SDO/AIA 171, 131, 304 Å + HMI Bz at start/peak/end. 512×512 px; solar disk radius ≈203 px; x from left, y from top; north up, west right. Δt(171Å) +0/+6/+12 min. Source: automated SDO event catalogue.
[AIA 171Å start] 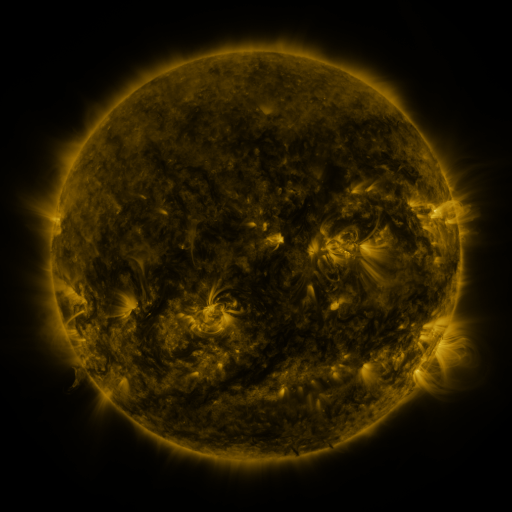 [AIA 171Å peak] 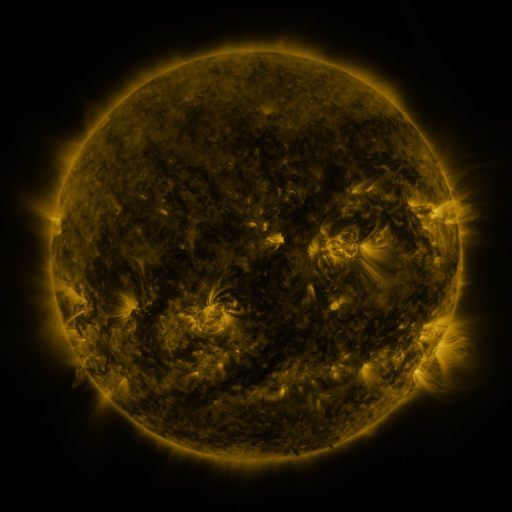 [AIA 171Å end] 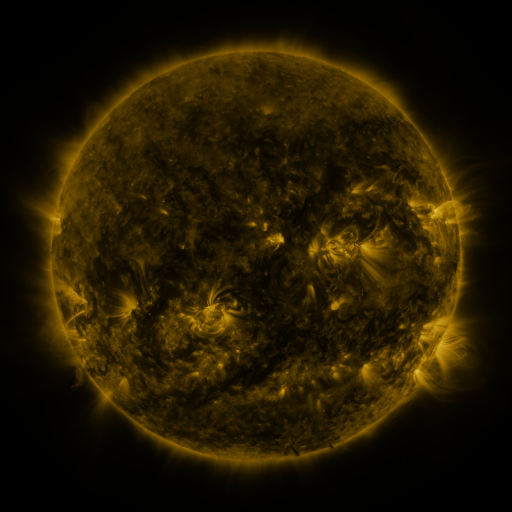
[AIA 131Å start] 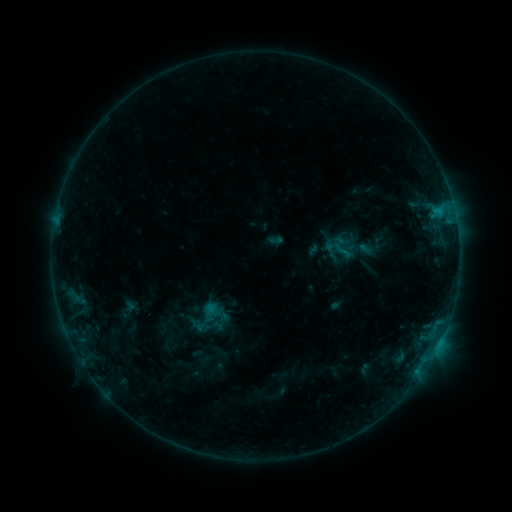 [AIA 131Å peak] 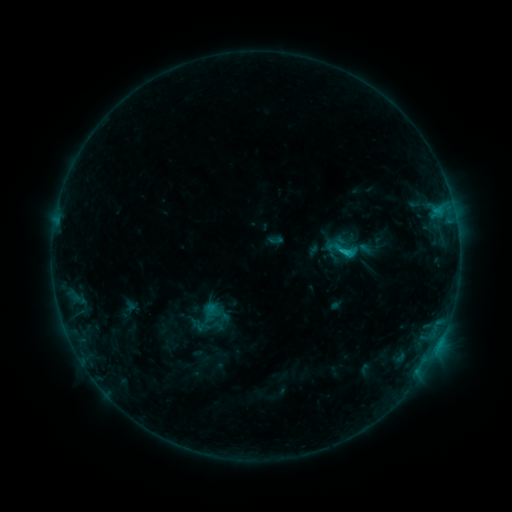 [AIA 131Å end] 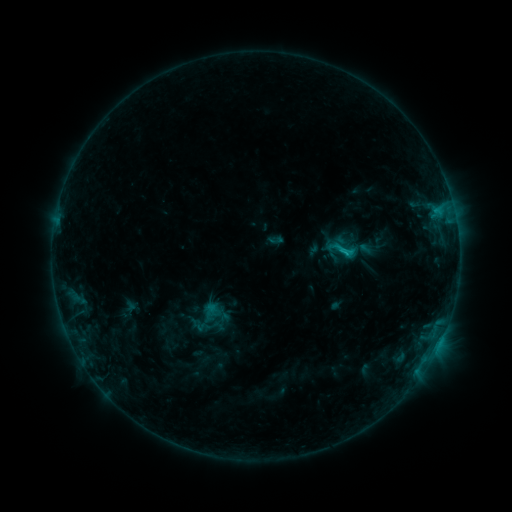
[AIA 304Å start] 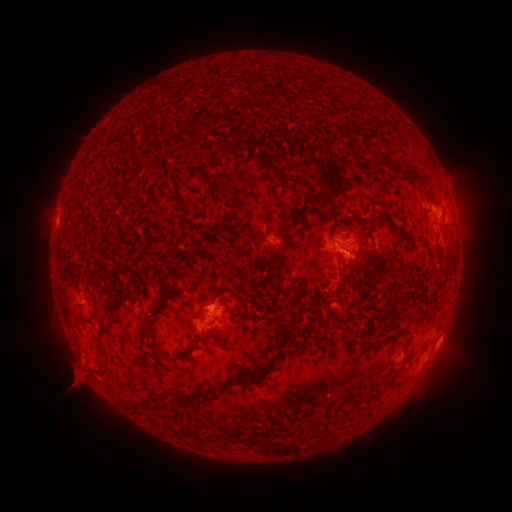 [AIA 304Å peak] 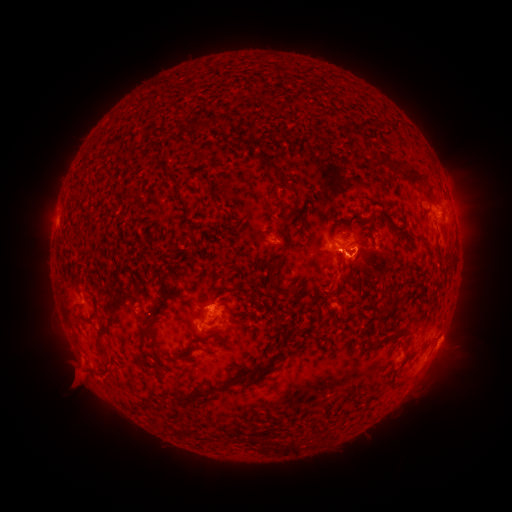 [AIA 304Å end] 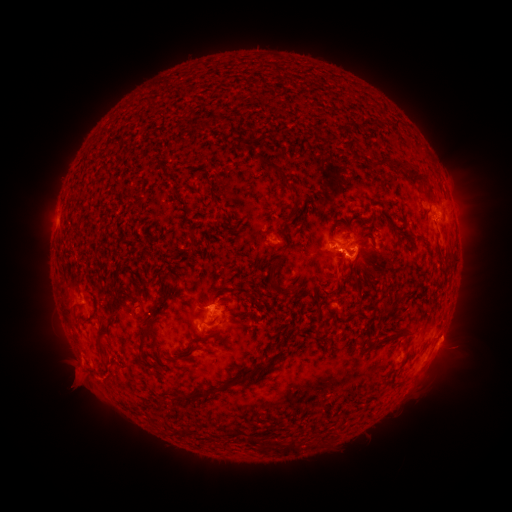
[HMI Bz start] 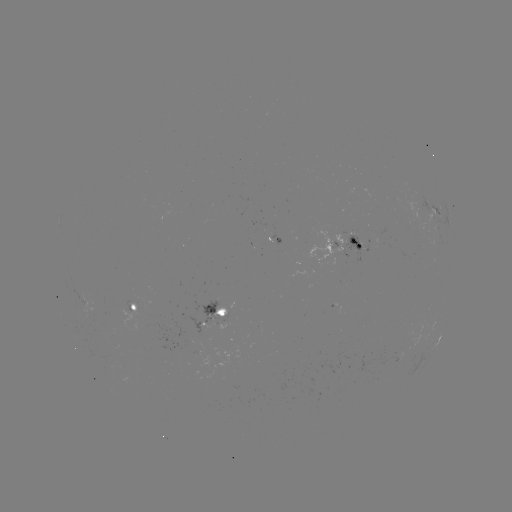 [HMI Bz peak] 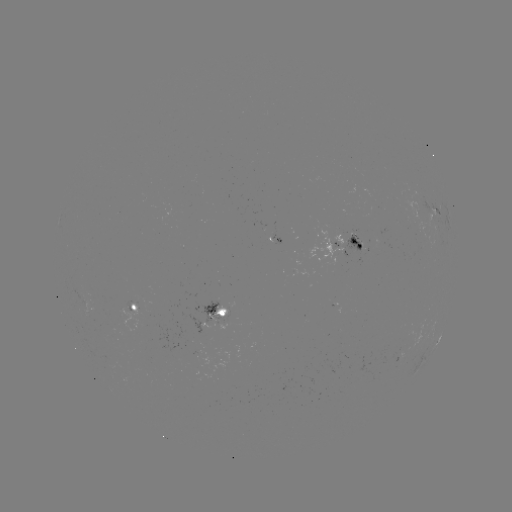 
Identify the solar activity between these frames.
C1.5 flare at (345, 253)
